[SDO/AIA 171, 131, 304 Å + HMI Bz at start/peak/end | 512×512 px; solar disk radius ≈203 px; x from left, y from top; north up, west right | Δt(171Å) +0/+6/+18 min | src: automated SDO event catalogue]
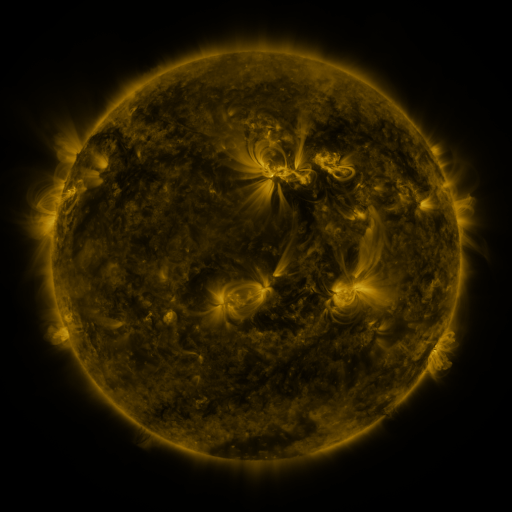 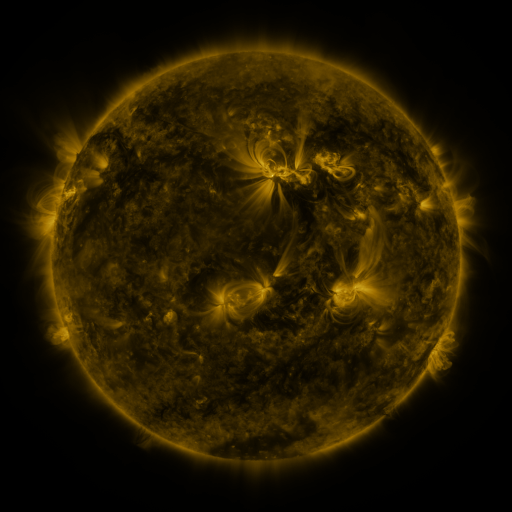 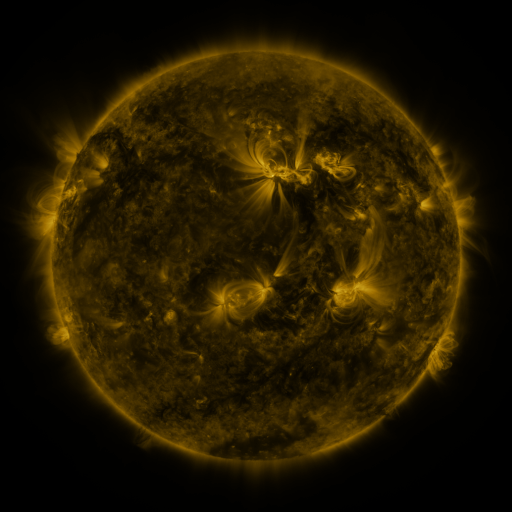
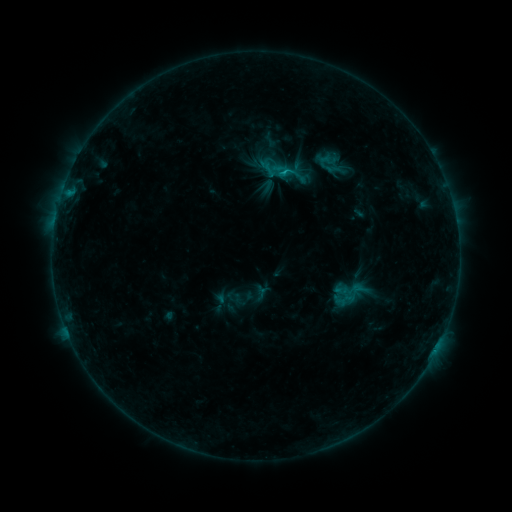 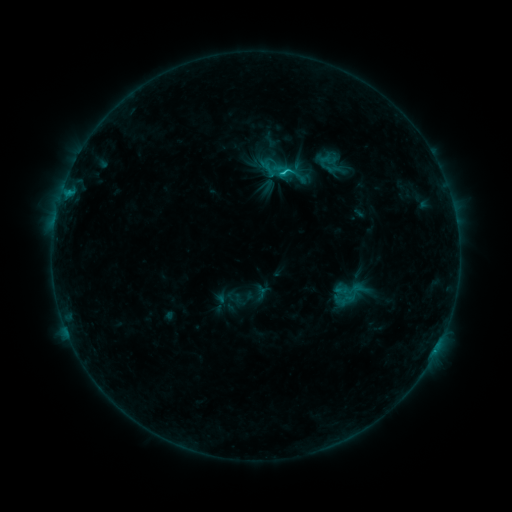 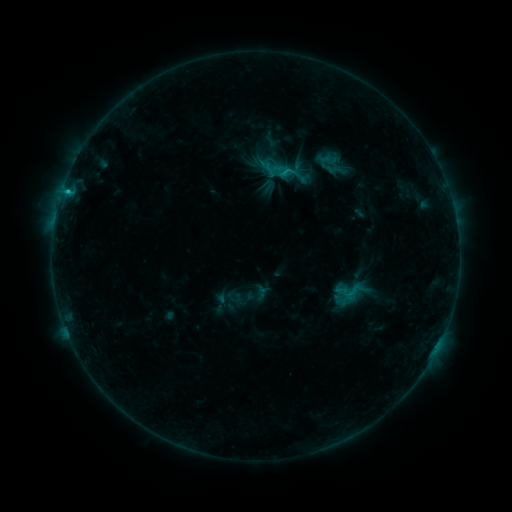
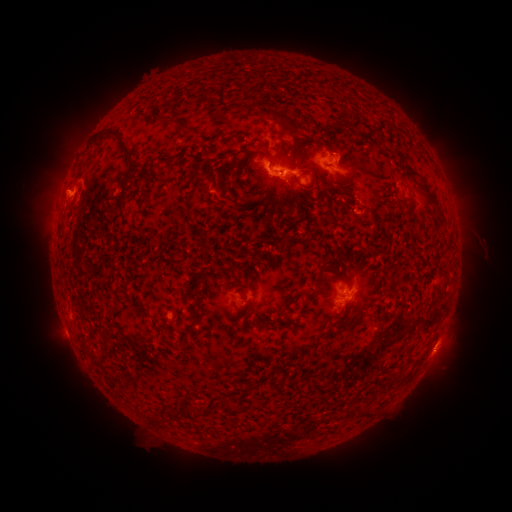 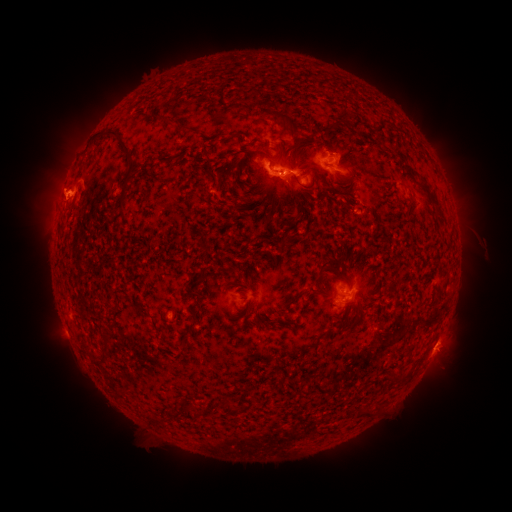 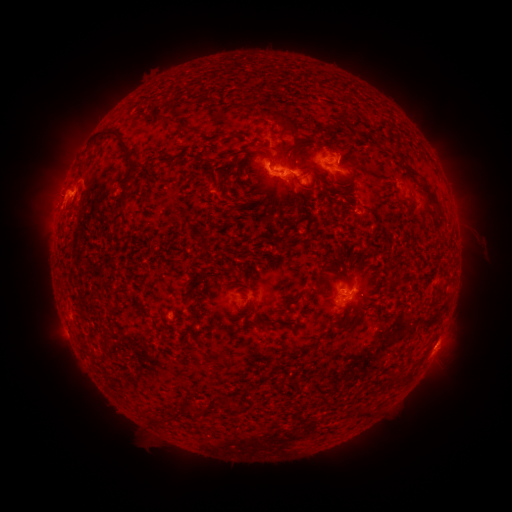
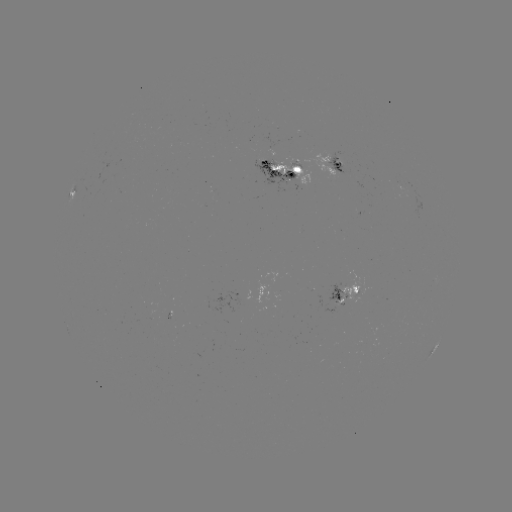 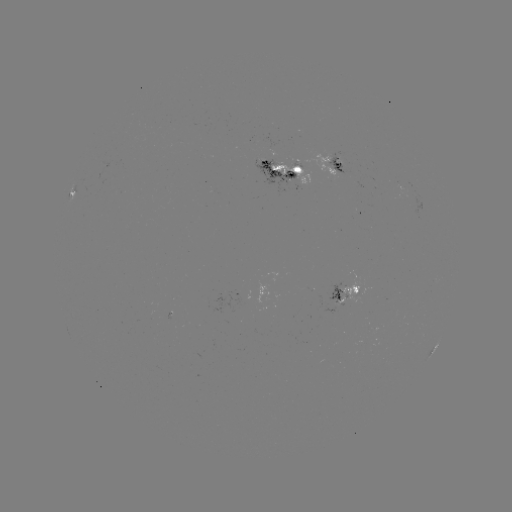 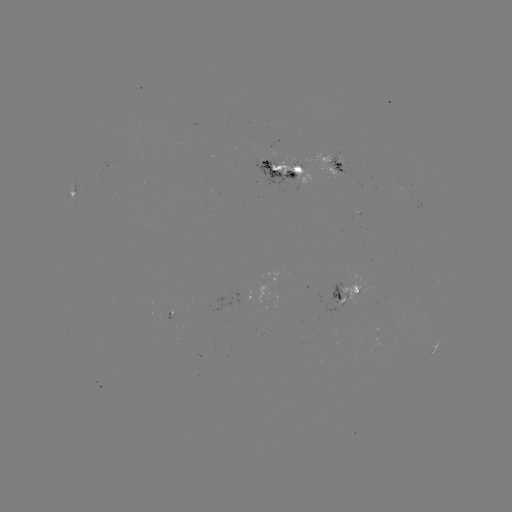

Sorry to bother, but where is eruption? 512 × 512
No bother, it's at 55,192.